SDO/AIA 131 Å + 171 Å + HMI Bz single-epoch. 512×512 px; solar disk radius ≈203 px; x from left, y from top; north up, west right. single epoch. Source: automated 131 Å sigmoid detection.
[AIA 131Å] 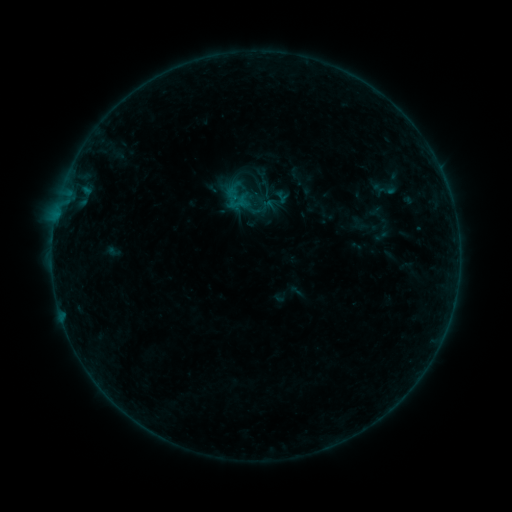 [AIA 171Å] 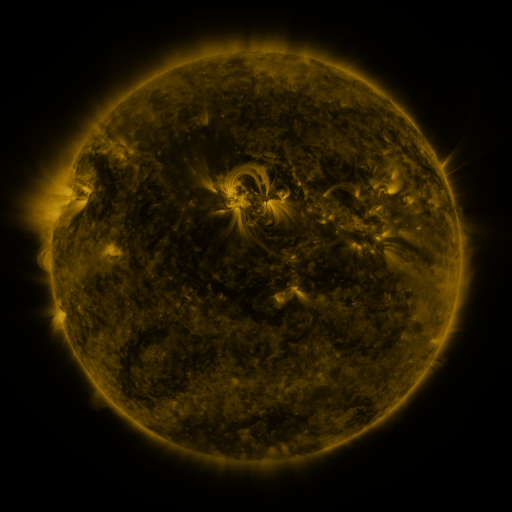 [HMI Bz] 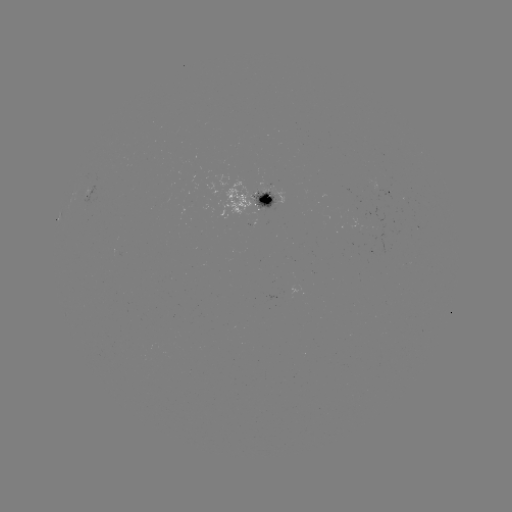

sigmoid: (235, 193, 266, 225)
